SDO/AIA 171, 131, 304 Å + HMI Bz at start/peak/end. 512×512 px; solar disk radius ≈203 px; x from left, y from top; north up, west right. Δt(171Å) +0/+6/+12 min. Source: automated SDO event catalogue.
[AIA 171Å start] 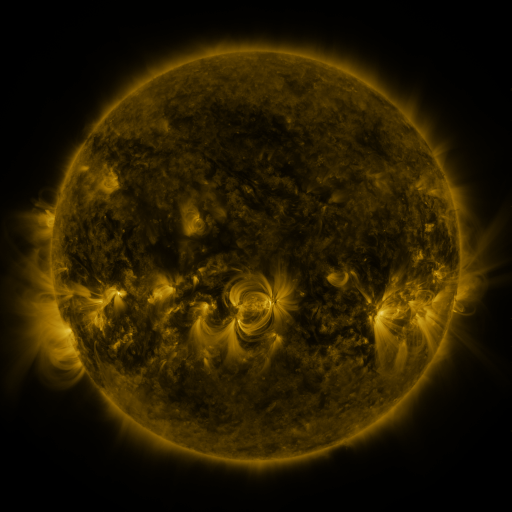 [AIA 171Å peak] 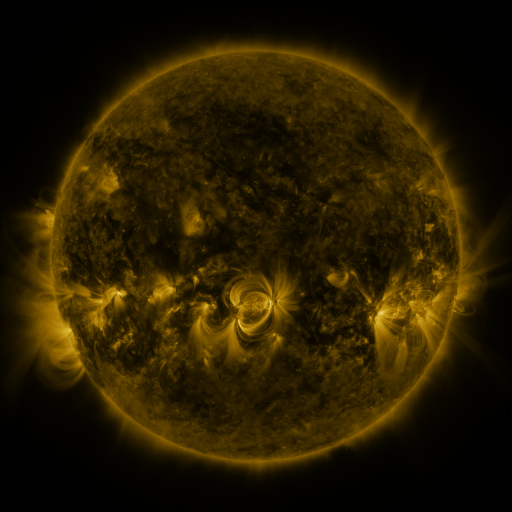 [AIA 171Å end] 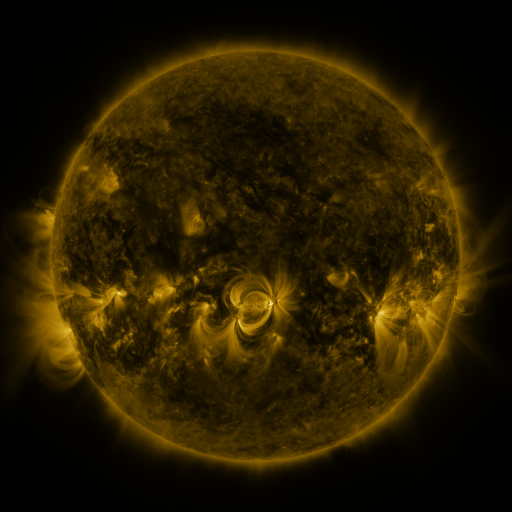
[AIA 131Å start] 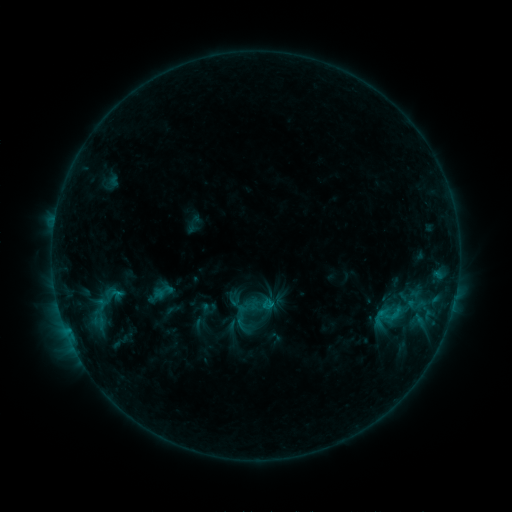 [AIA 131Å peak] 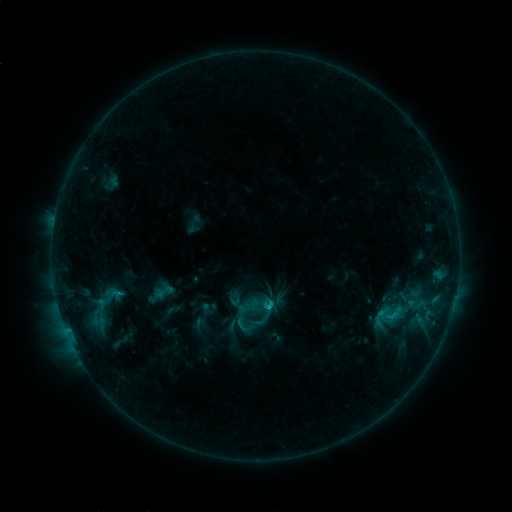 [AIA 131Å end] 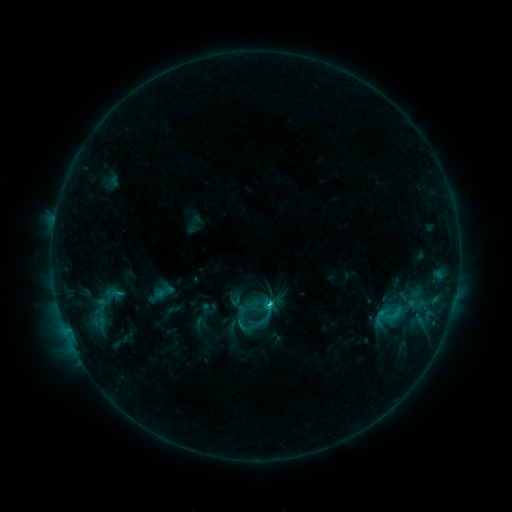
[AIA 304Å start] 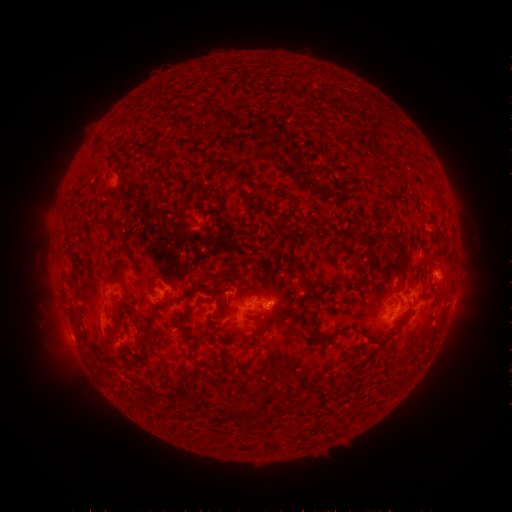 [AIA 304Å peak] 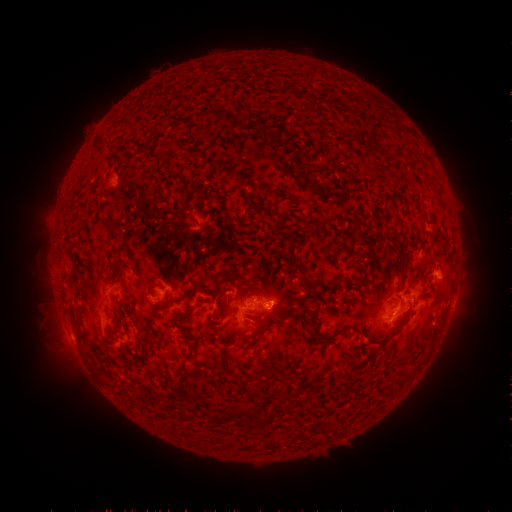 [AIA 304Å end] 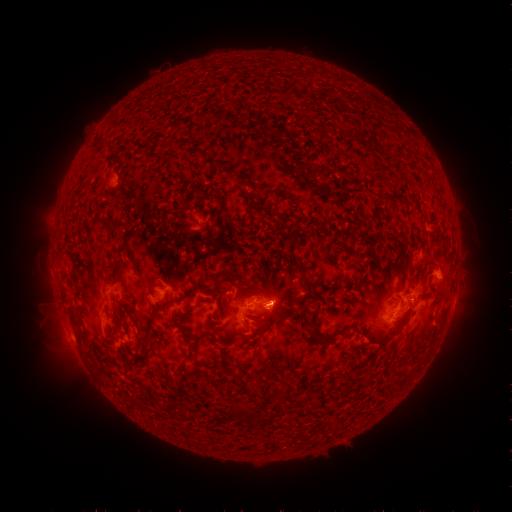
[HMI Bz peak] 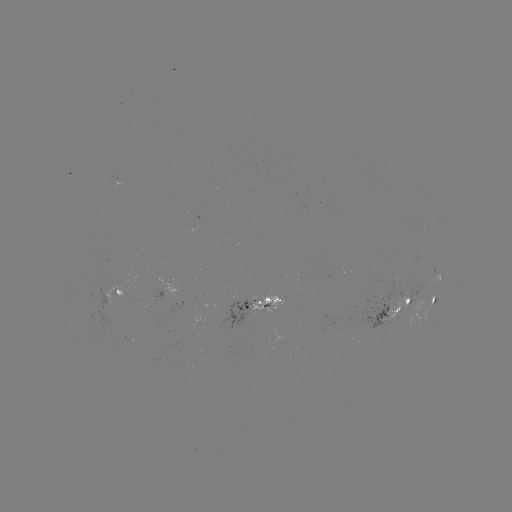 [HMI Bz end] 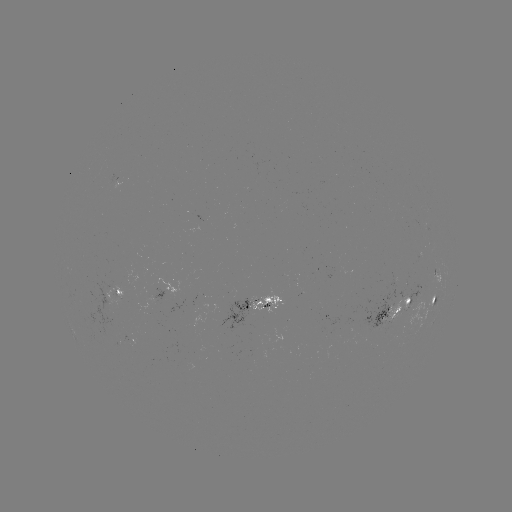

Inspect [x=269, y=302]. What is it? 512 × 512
C1.8 flare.